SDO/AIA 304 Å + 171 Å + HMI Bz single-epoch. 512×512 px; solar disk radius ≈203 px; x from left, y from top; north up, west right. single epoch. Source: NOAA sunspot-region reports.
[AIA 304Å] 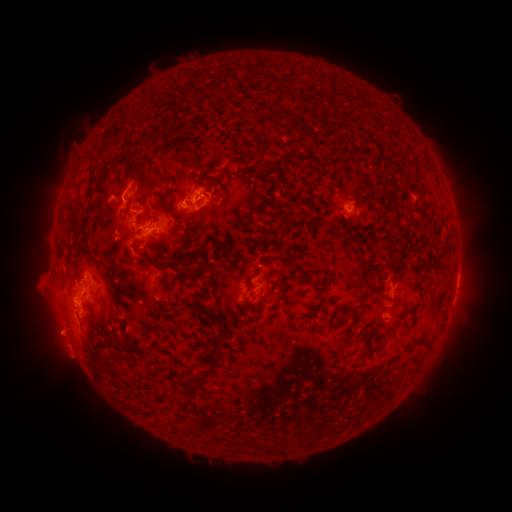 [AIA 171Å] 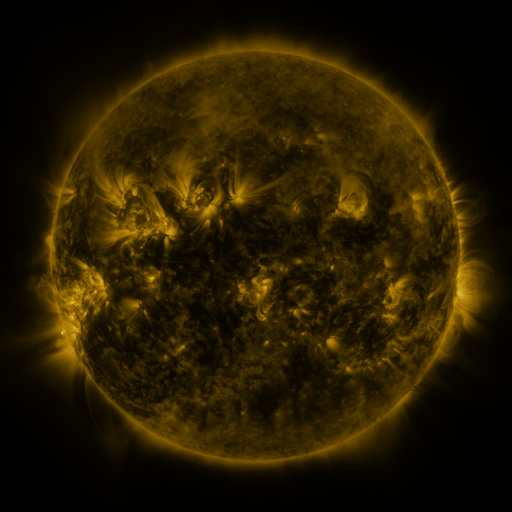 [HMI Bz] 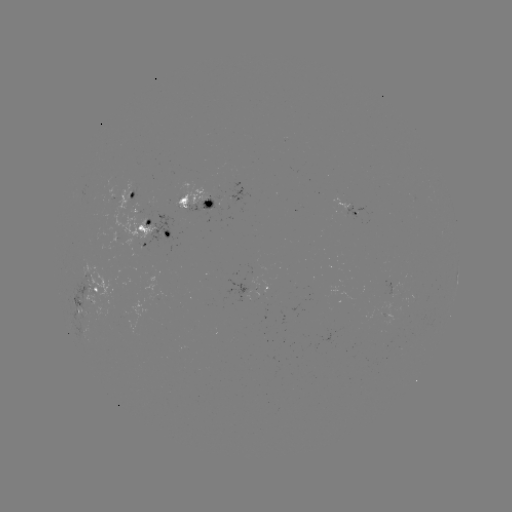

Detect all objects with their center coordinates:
spotted active region: (134, 194)
spotted active region: (194, 202)
spotted active region: (353, 210)
spotted active region: (151, 231)
spotted active region: (457, 280)
spotted active region: (266, 287)
spotted active region: (399, 290)
spotted active region: (90, 299)
